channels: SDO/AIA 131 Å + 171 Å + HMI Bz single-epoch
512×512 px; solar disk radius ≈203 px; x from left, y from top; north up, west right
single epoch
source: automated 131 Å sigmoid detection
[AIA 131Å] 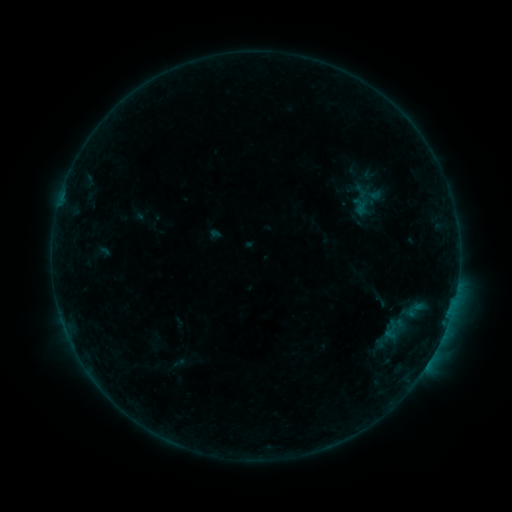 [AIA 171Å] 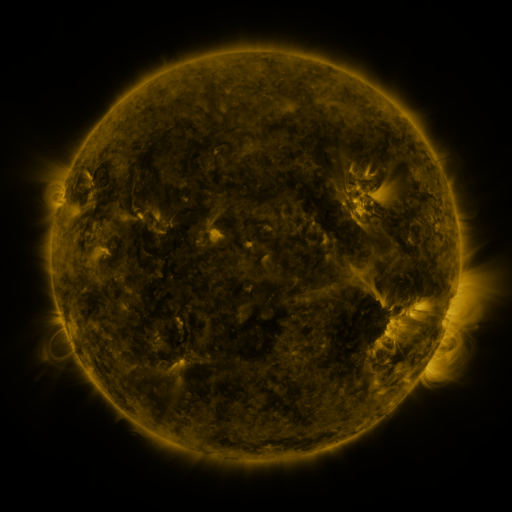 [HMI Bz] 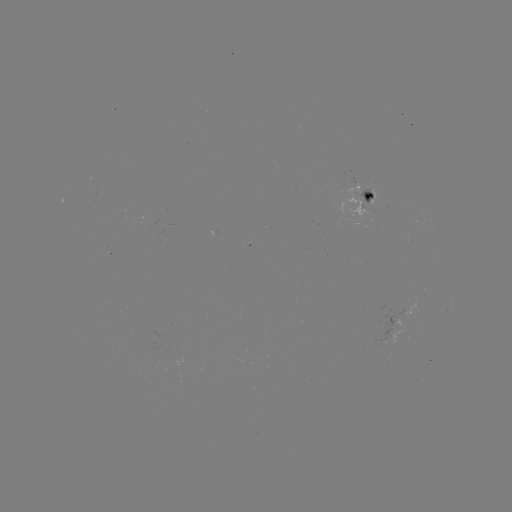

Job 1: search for sigmoid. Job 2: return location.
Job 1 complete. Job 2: (390, 330).